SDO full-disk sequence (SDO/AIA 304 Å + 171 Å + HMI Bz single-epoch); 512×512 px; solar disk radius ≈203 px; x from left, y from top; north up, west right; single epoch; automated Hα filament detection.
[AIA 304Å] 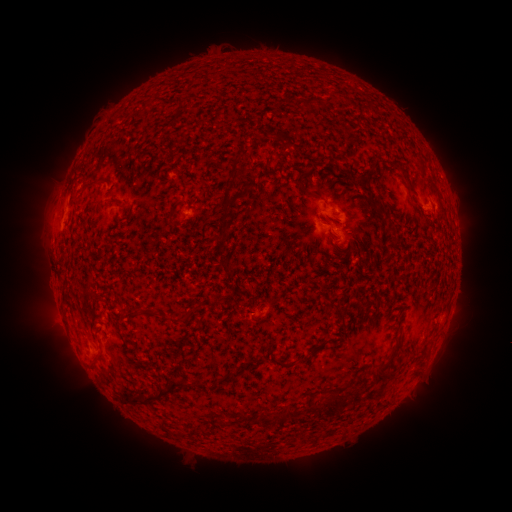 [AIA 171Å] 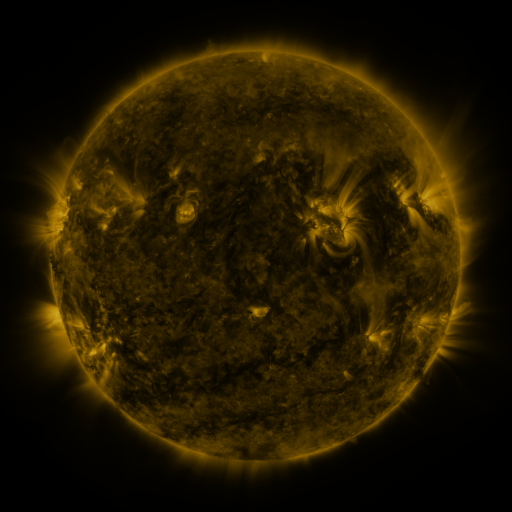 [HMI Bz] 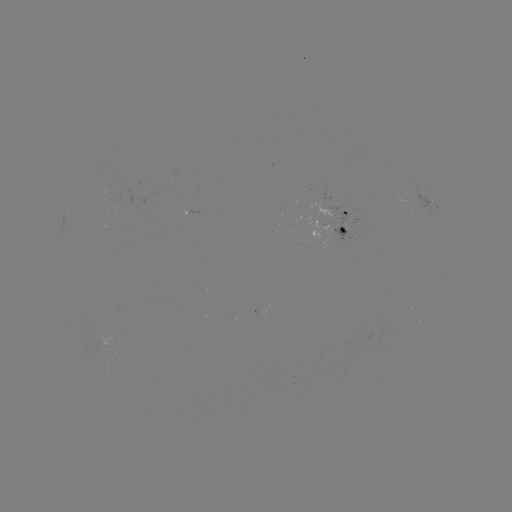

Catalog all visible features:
filament: (174, 97, 185, 110)
filament: (306, 97, 316, 106)
filament: (170, 113, 178, 122)
filament: (230, 158, 239, 179)
filament: (401, 170, 409, 180)
filament: (296, 172, 319, 201)
filament: (219, 189, 233, 218)
filament: (108, 197, 121, 206)
filament: (219, 261, 228, 269)
filament: (60, 285, 69, 299)
filament: (133, 306, 141, 315)
filament: (297, 357, 309, 363)
filament: (276, 359, 287, 368)
filament: (374, 366, 391, 383)
filament: (193, 375, 204, 387)
filament: (133, 377, 189, 404)
filament: (325, 403, 340, 415)
filament: (284, 405, 294, 418)
filament: (269, 411, 286, 423)
filament: (251, 415, 258, 424)
